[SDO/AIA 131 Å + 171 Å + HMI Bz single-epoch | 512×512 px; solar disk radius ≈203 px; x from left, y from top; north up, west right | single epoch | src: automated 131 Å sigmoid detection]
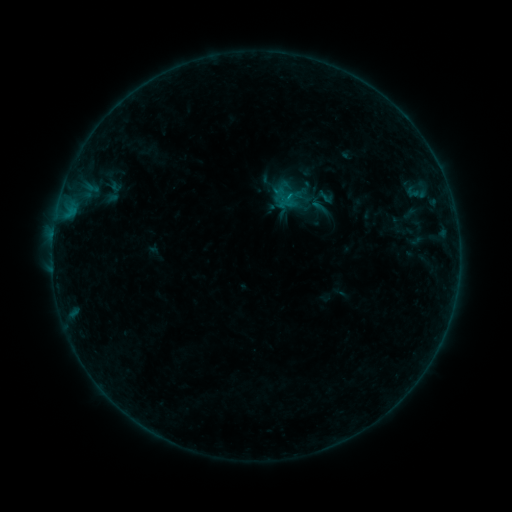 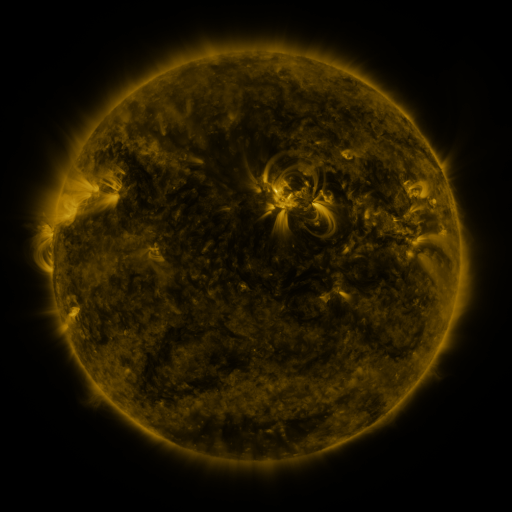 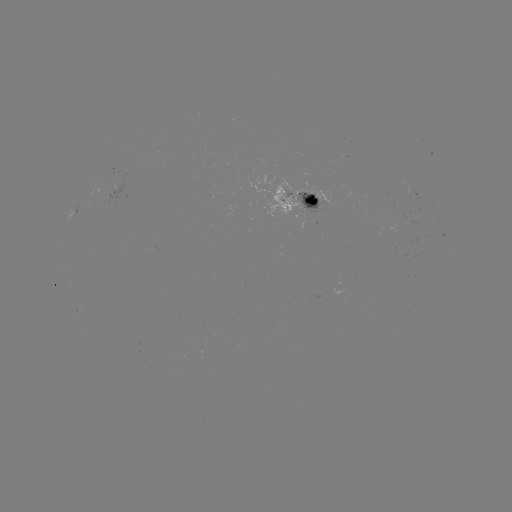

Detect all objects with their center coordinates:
sigmoid: (281, 184, 304, 206)
